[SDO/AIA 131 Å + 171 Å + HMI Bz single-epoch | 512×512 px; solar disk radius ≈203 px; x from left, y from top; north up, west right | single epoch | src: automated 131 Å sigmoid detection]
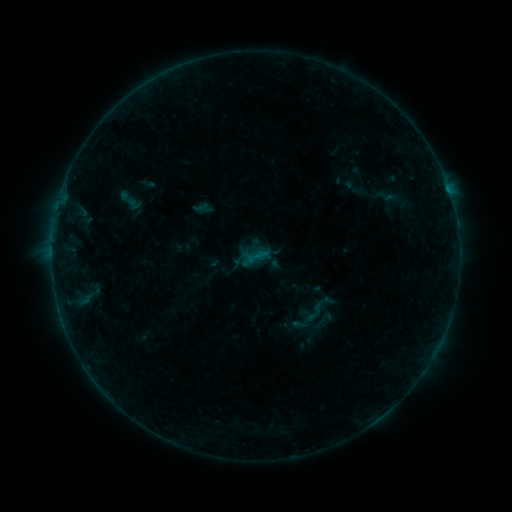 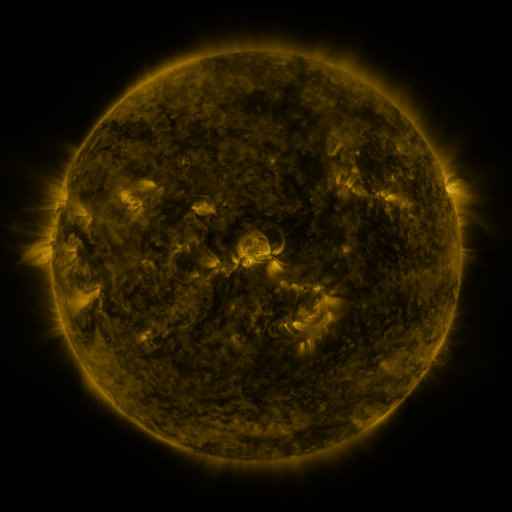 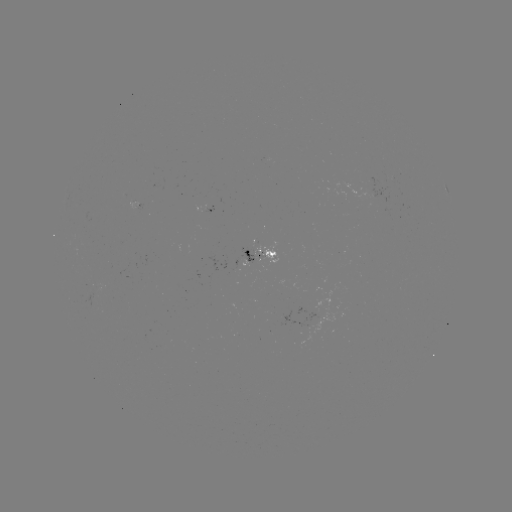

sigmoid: <bbox>245, 247, 272, 273</bbox>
